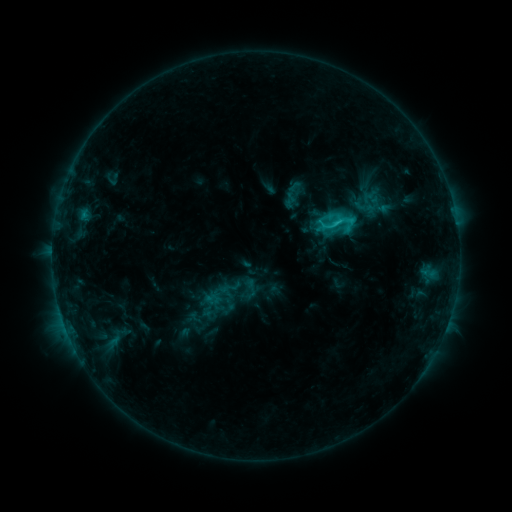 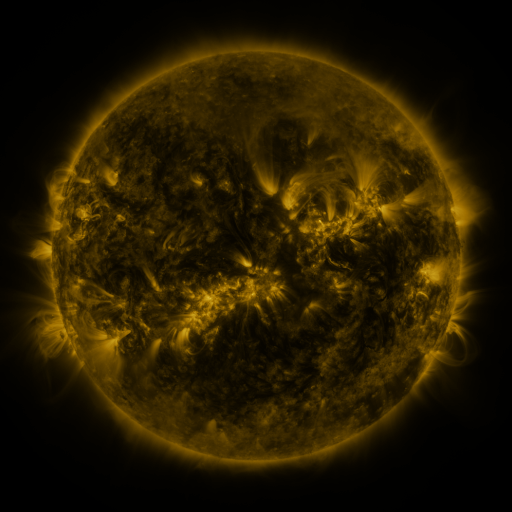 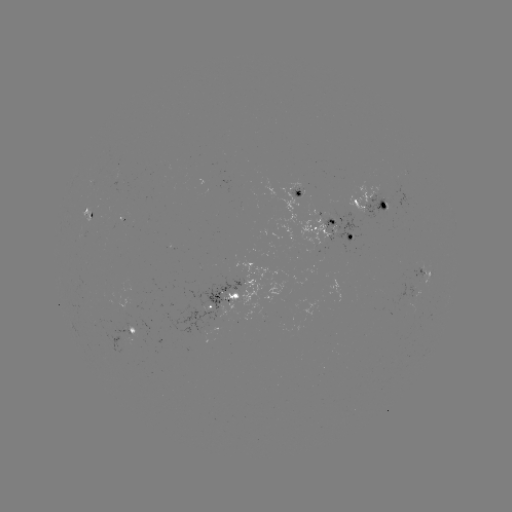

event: sigmoid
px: (338, 224)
